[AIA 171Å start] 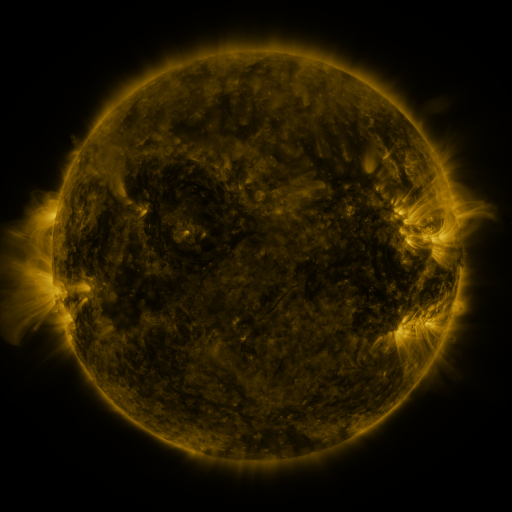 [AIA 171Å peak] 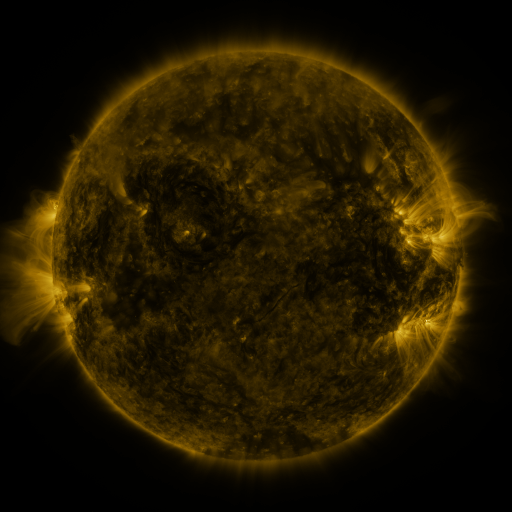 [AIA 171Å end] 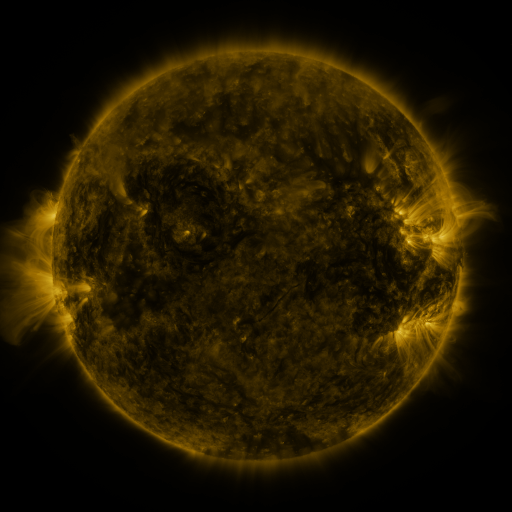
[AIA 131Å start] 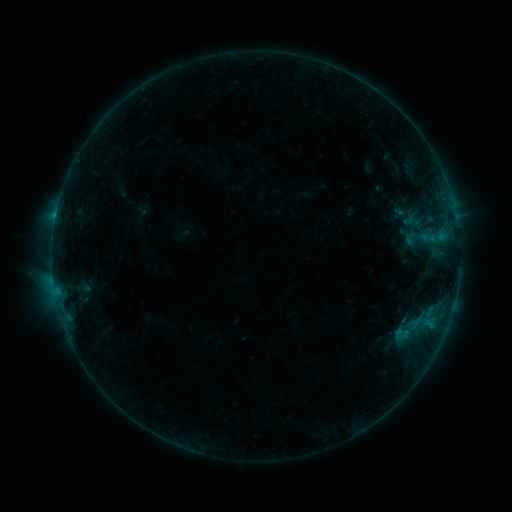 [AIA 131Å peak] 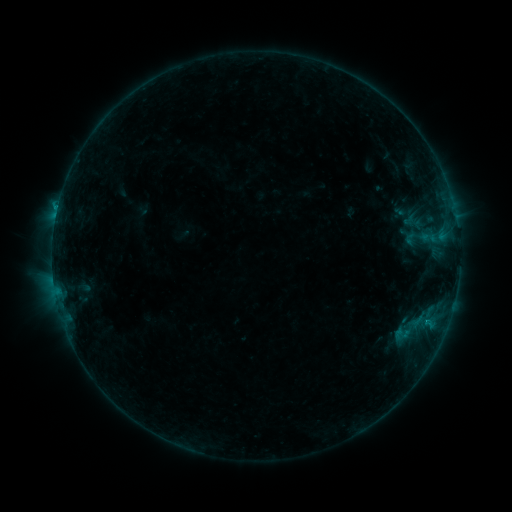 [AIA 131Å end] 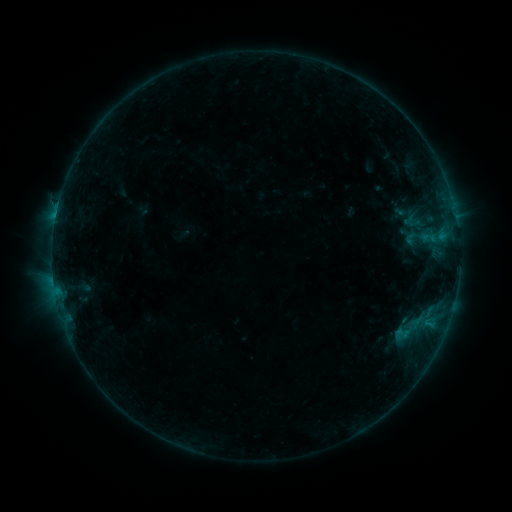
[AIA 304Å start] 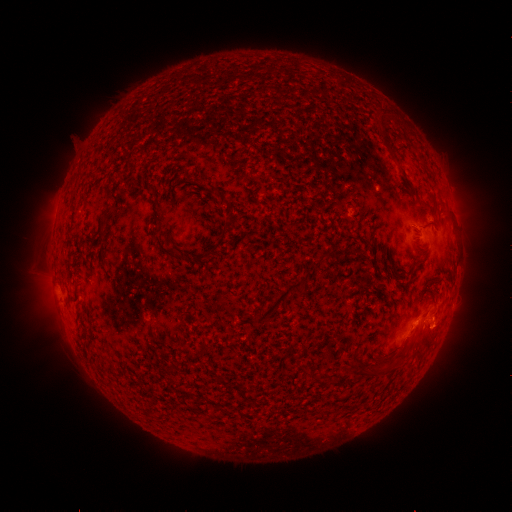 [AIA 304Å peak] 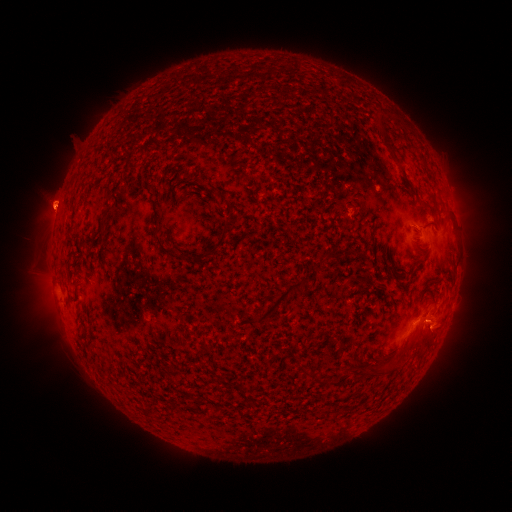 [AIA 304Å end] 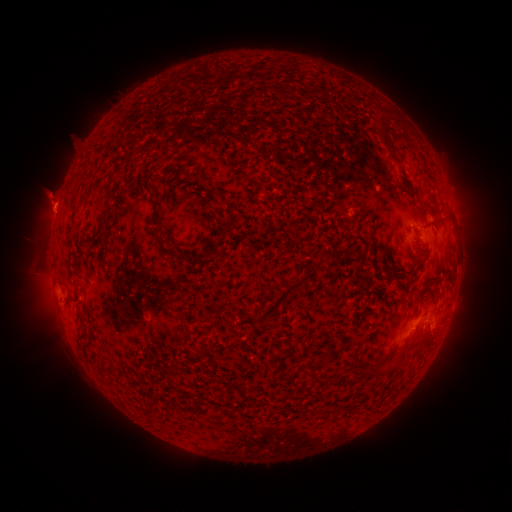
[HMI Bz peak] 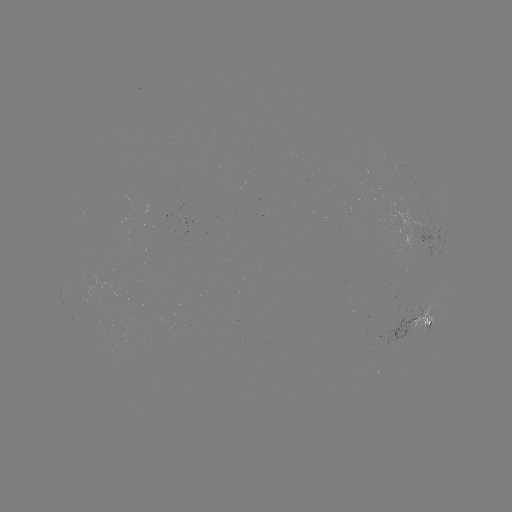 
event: eruption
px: (54, 204)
